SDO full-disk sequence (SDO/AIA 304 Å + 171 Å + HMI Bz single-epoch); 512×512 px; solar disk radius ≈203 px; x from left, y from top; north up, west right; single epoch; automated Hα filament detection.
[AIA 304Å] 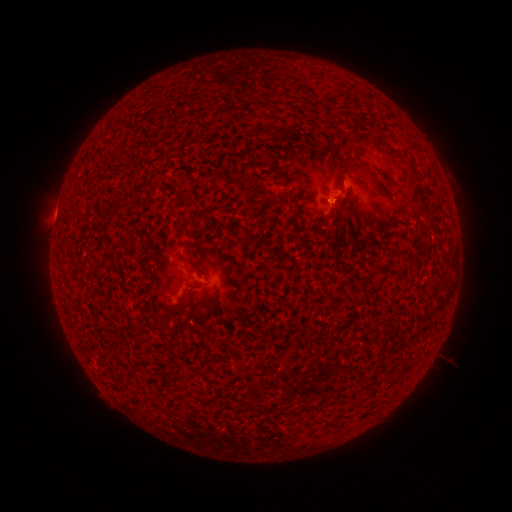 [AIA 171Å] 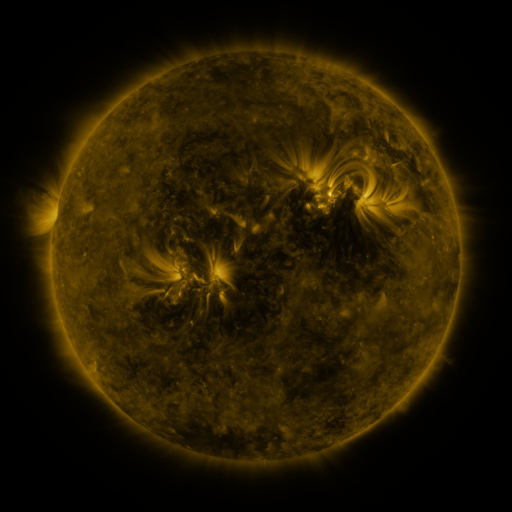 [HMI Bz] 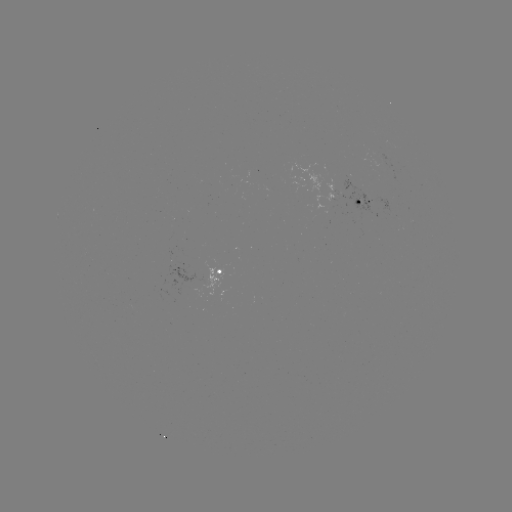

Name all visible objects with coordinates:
filament: [369, 133, 382, 154]
filament: [388, 145, 397, 154]
filament: [175, 300, 185, 312]
filament: [332, 410, 342, 417]
